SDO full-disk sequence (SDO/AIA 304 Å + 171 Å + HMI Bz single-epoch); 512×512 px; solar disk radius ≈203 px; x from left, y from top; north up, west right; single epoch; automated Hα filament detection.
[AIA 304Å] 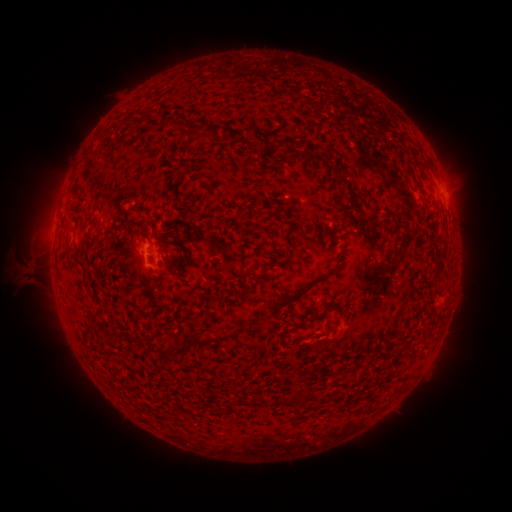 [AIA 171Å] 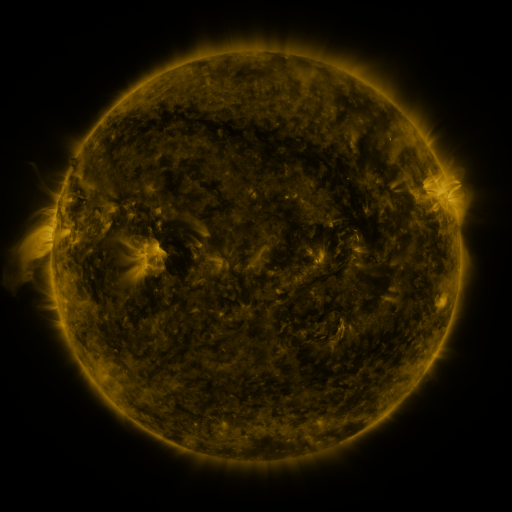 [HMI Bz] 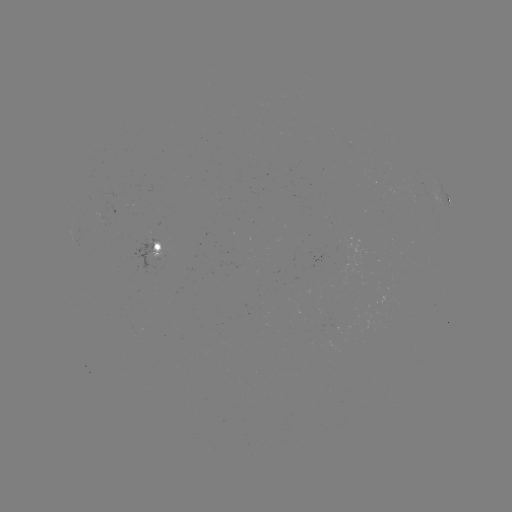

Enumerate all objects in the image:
filament: (180, 124)
filament: (290, 152)
filament: (179, 173)
filament: (347, 186)
filament: (75, 190)
filament: (143, 228)
filament: (302, 293)
filament: (333, 308)
filament: (315, 318)
filament: (199, 341)
filament: (172, 352)
filament: (301, 395)
